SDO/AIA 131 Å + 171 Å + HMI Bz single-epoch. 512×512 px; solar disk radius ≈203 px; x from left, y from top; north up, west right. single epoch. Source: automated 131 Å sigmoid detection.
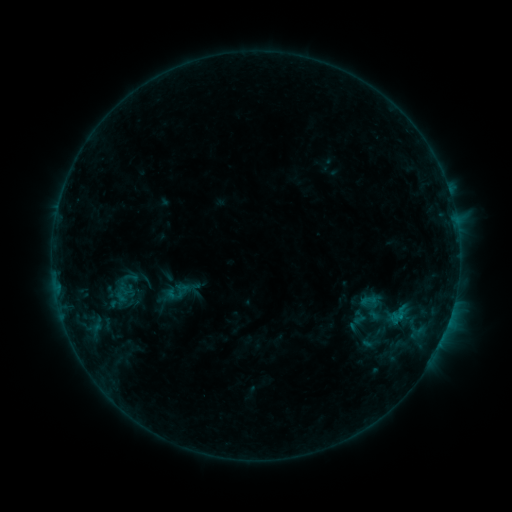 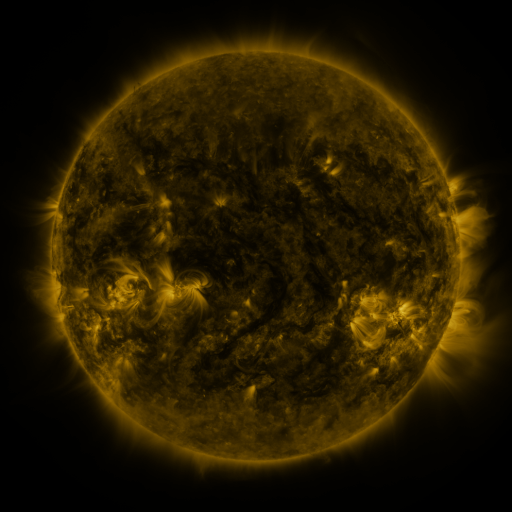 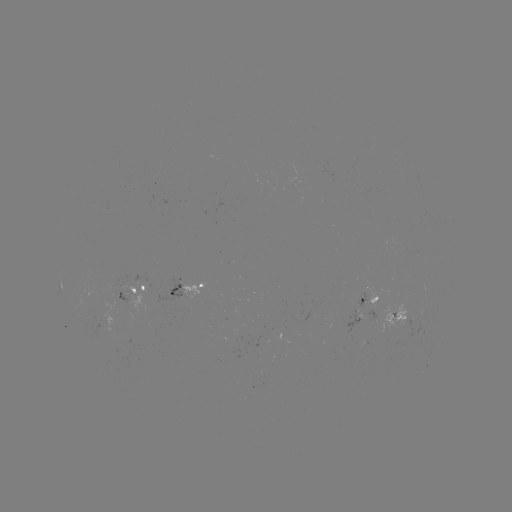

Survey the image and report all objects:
sigmoid: (360, 291, 377, 308)
sigmoid: (388, 303, 410, 326)
